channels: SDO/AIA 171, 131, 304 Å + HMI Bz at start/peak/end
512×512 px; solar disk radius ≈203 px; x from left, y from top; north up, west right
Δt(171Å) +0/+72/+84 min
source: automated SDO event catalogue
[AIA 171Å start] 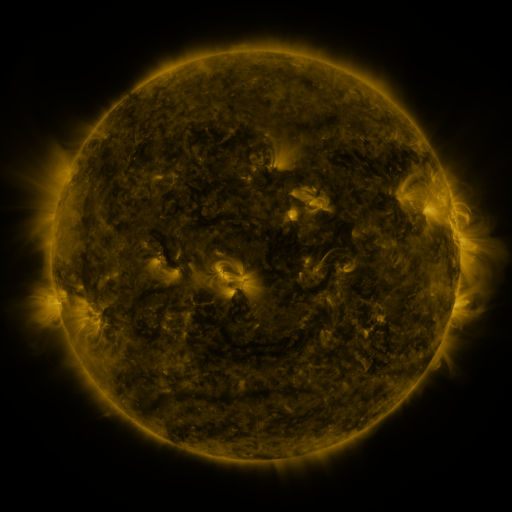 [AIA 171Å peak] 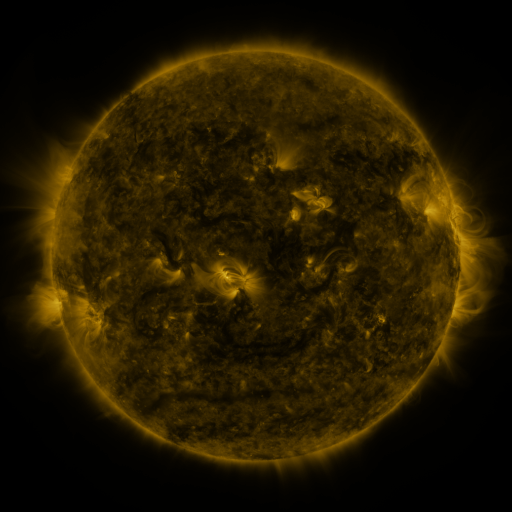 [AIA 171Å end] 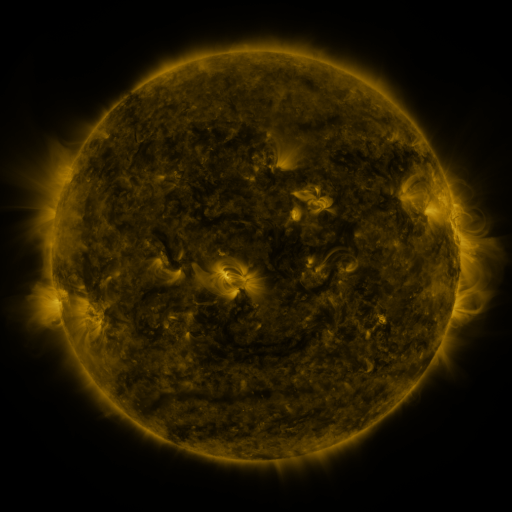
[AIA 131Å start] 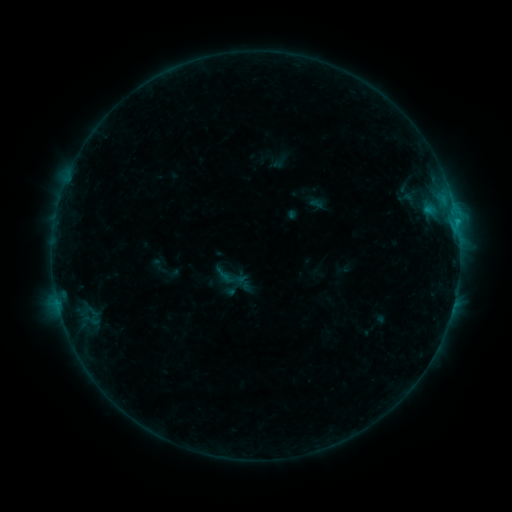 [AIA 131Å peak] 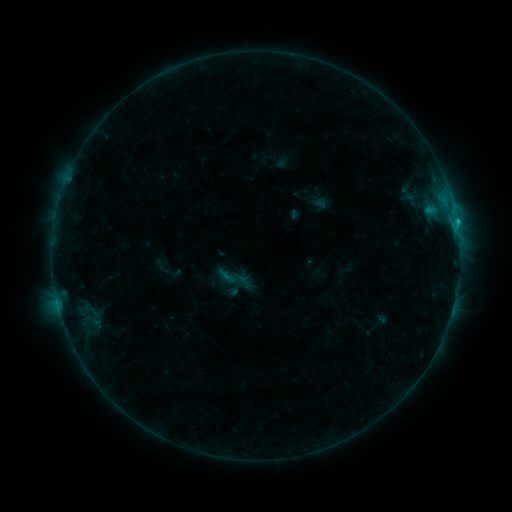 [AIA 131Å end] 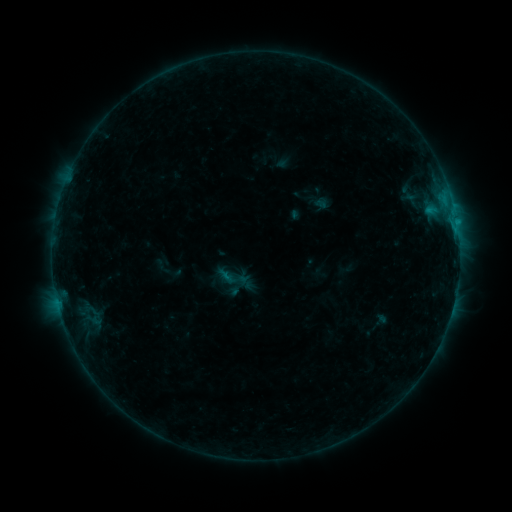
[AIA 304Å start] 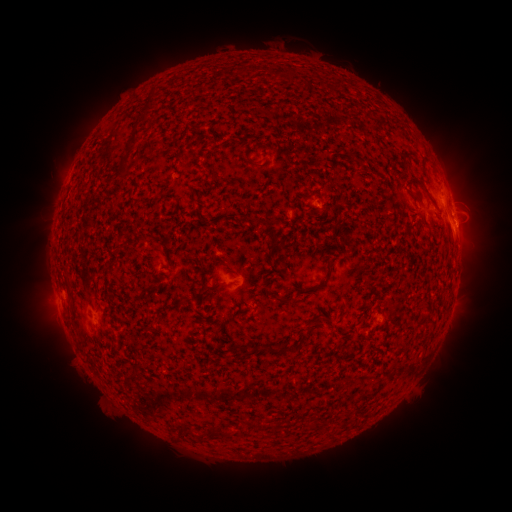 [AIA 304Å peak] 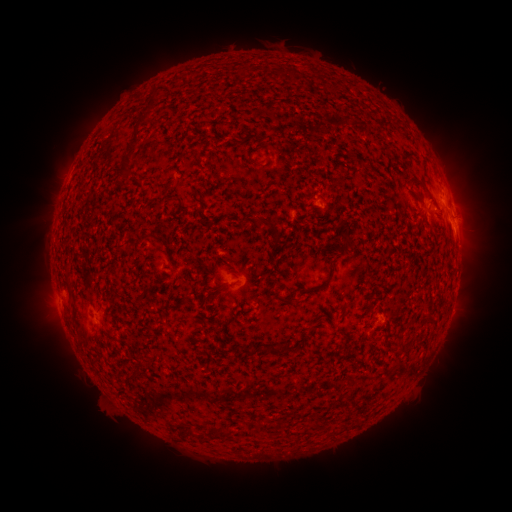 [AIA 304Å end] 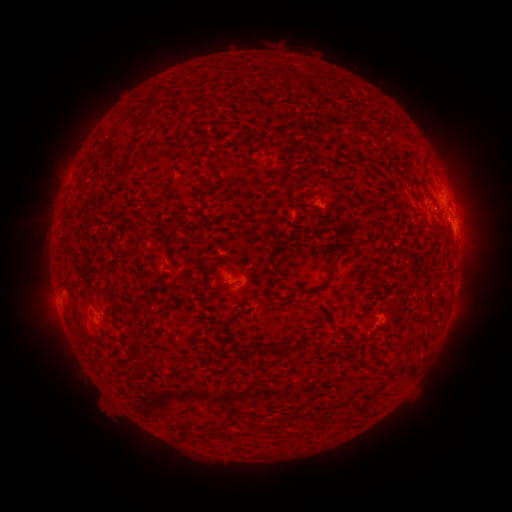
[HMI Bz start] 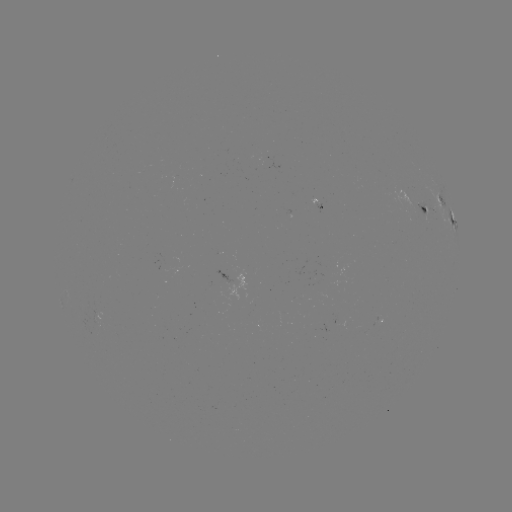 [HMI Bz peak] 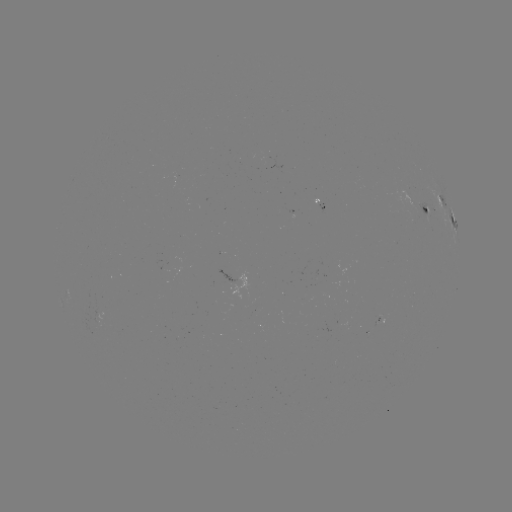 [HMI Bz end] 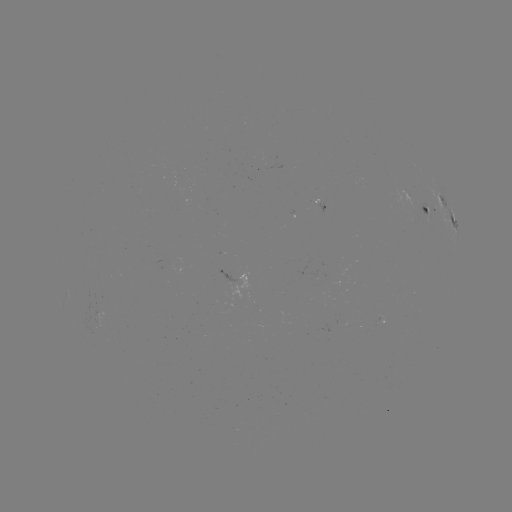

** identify emerging-flux region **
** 332,277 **